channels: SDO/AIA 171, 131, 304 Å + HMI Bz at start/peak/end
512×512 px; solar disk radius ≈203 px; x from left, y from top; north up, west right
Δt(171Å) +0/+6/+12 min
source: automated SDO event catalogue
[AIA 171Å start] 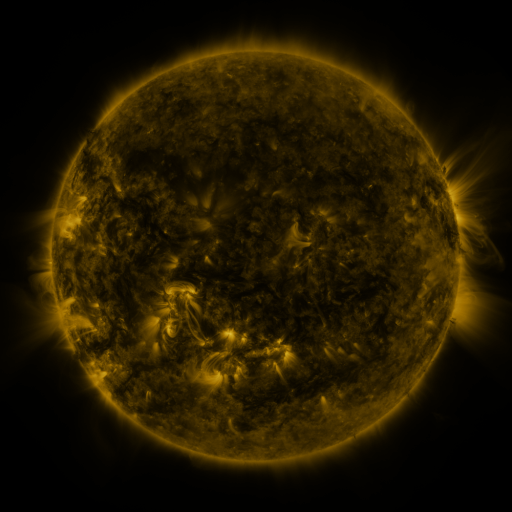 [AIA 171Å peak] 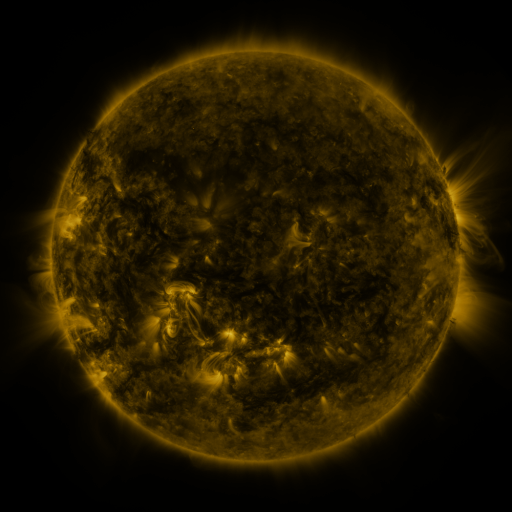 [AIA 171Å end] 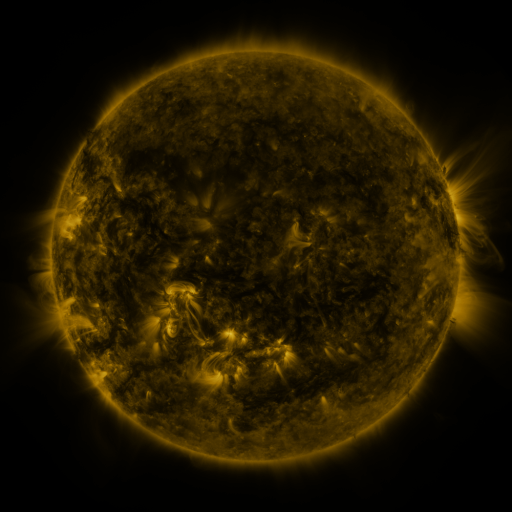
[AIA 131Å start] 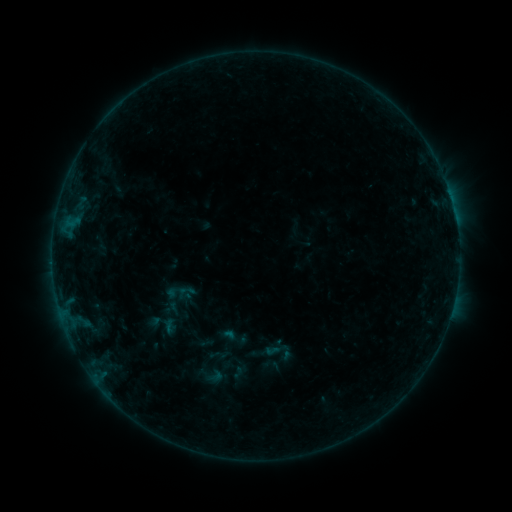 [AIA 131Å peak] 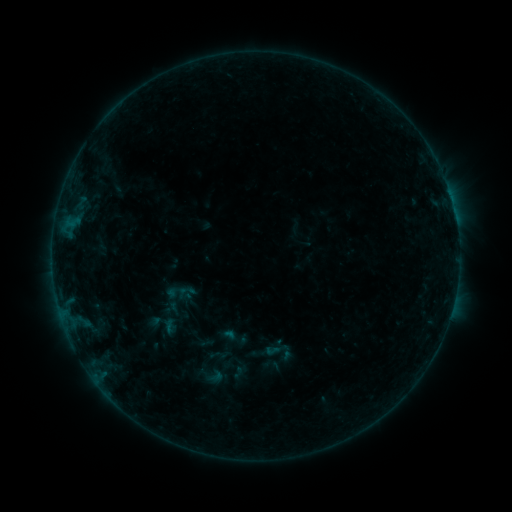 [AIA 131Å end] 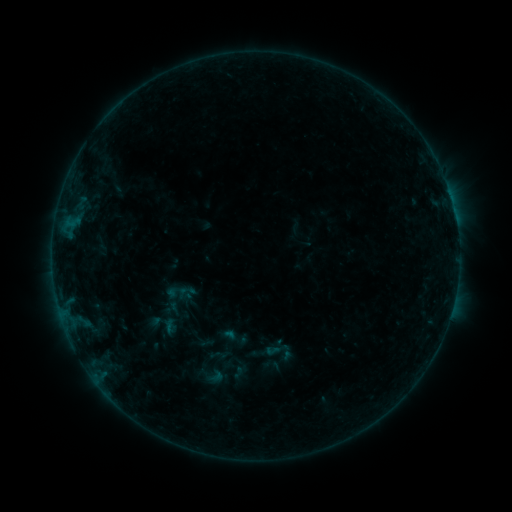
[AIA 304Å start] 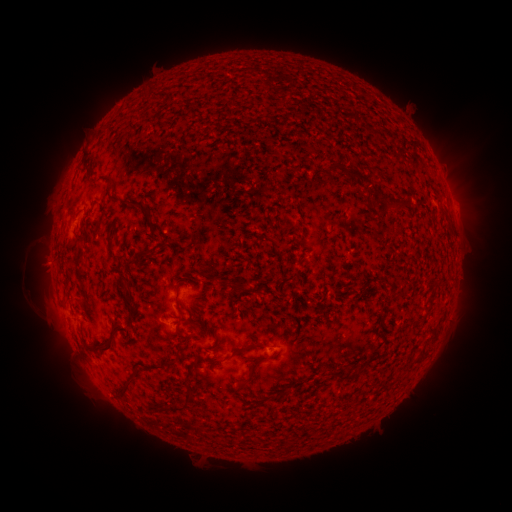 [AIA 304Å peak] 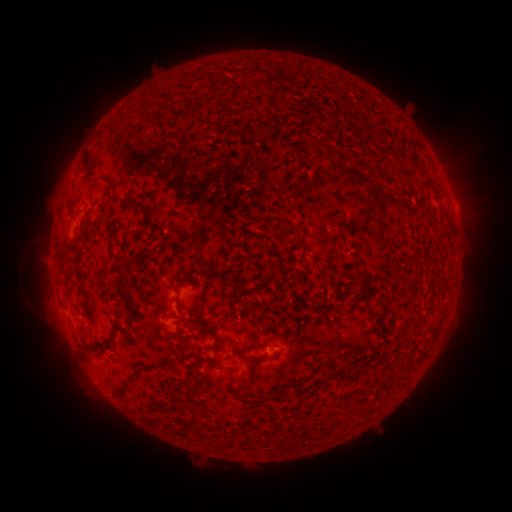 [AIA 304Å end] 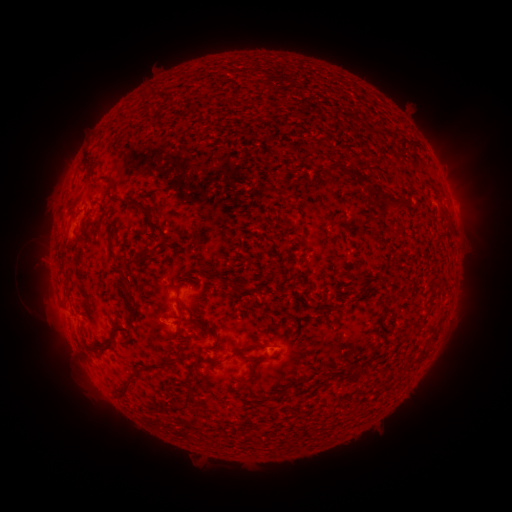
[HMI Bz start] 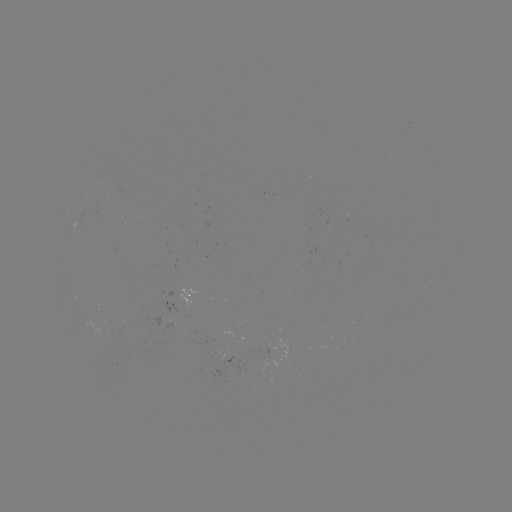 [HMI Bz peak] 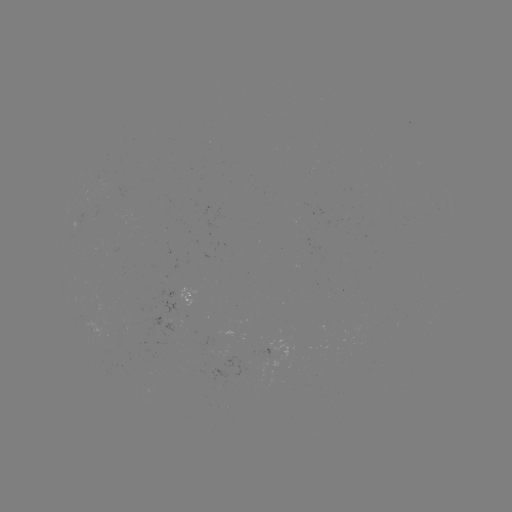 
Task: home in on eruption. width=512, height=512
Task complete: (40, 265).